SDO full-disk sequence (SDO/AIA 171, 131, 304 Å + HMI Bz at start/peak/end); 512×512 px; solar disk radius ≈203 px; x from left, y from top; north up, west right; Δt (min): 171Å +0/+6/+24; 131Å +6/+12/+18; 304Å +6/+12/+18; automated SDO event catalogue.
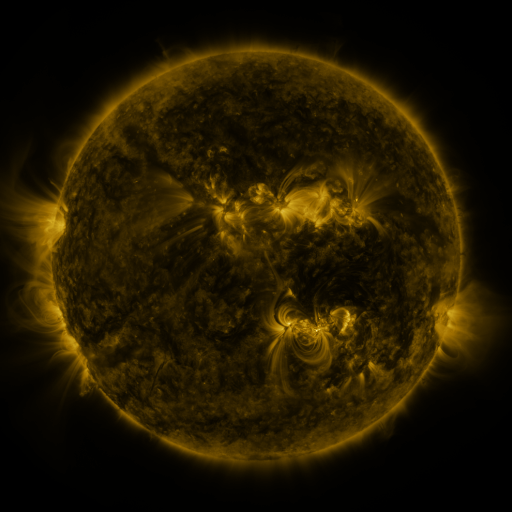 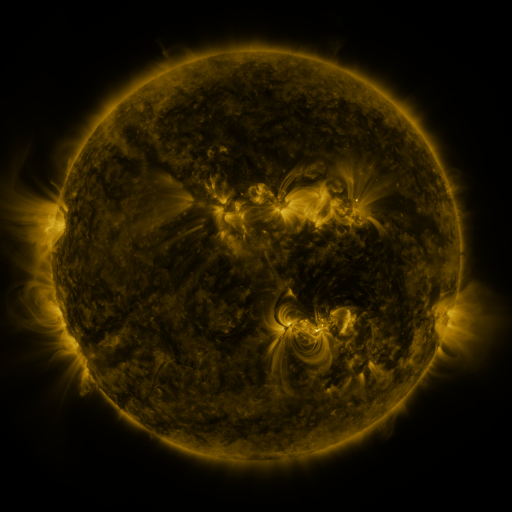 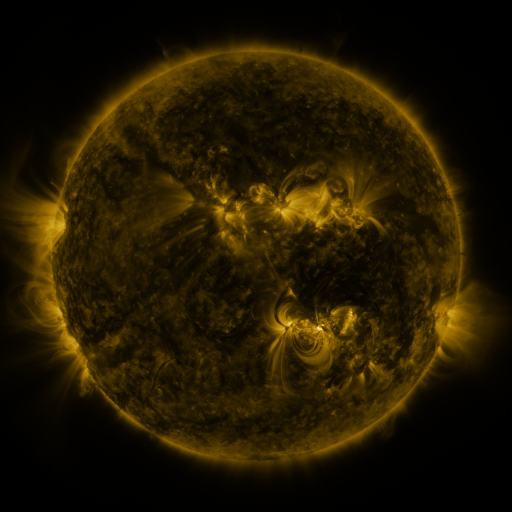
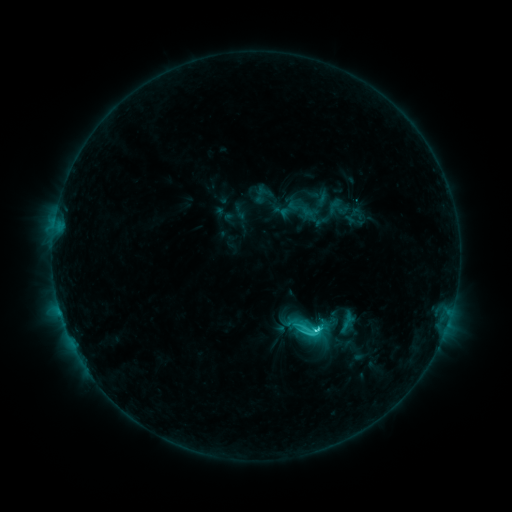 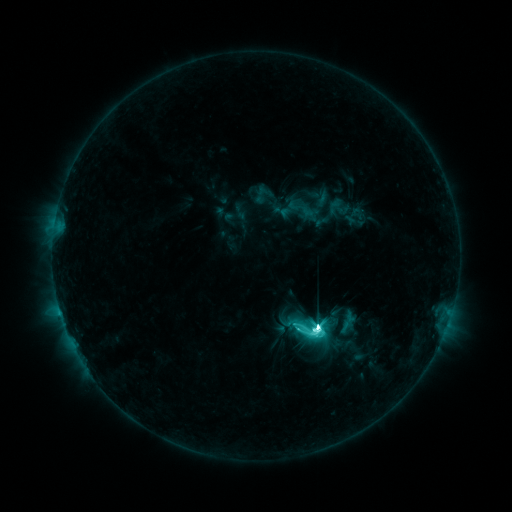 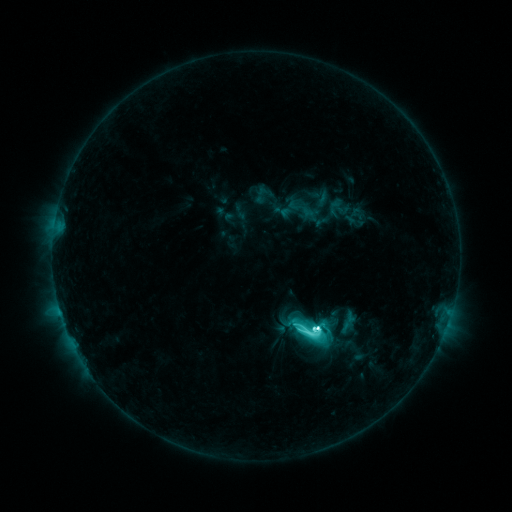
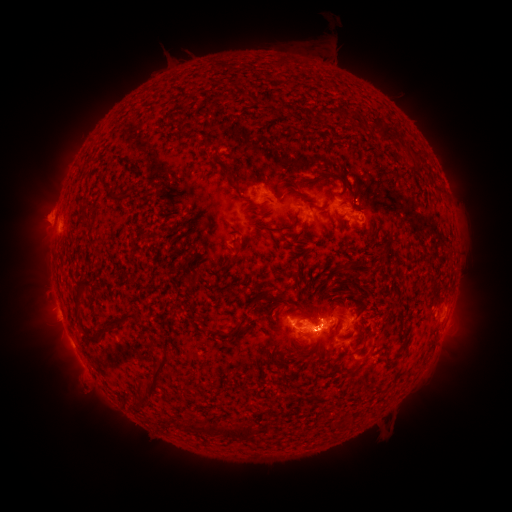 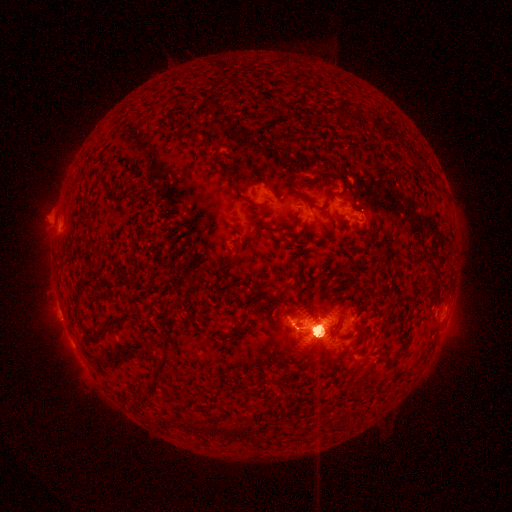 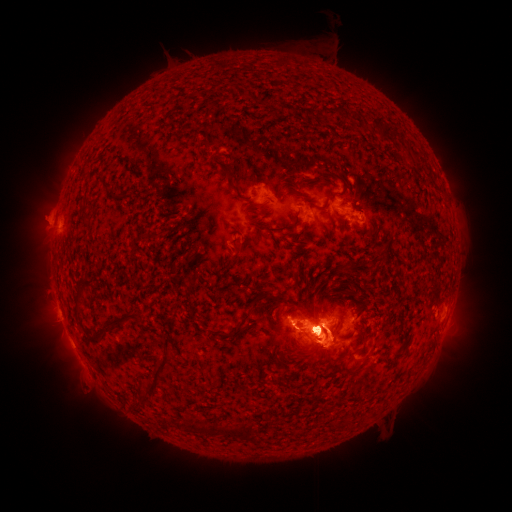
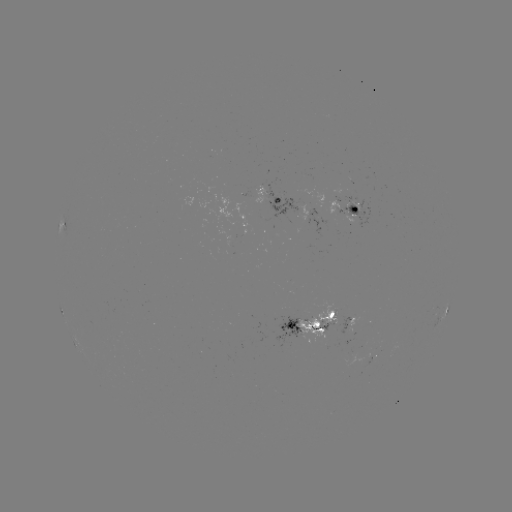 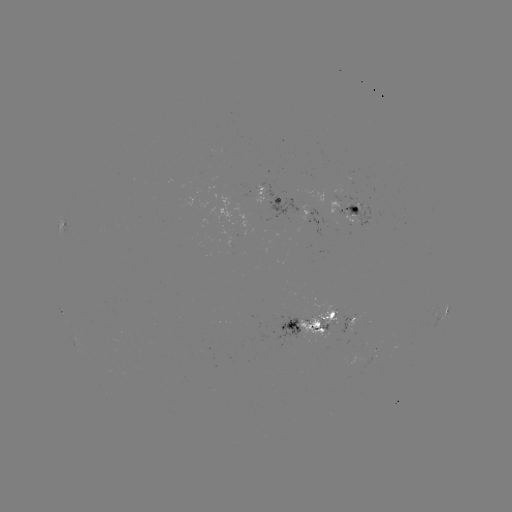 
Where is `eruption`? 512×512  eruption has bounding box [442, 282, 487, 359].